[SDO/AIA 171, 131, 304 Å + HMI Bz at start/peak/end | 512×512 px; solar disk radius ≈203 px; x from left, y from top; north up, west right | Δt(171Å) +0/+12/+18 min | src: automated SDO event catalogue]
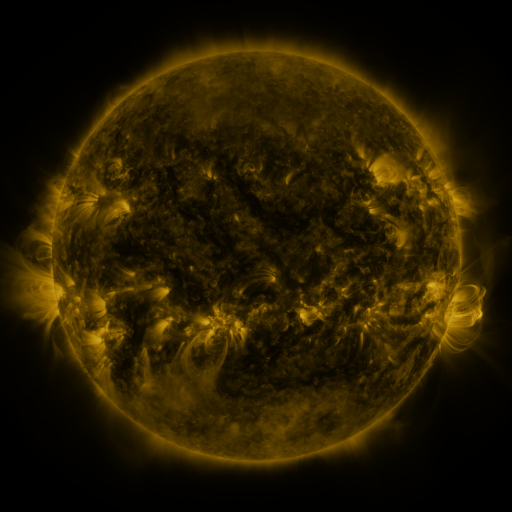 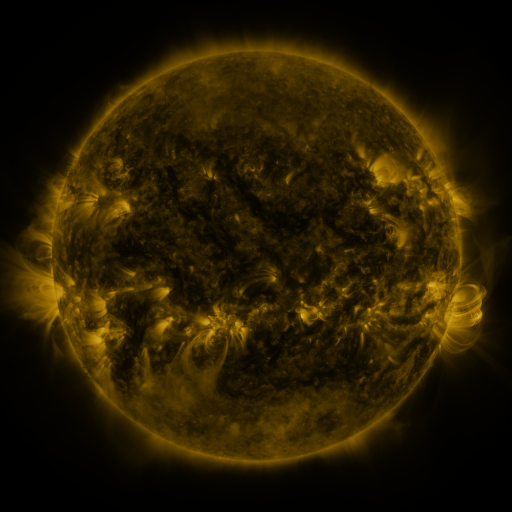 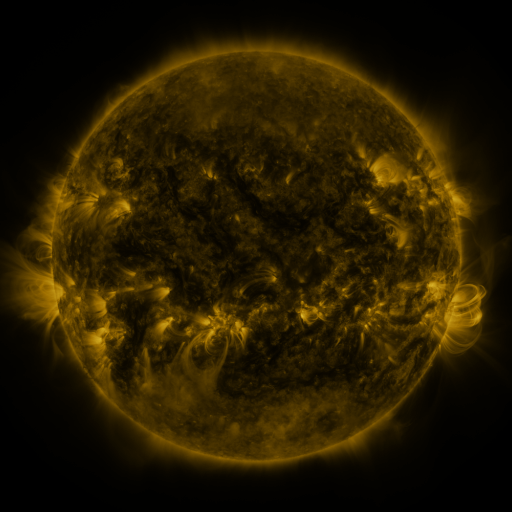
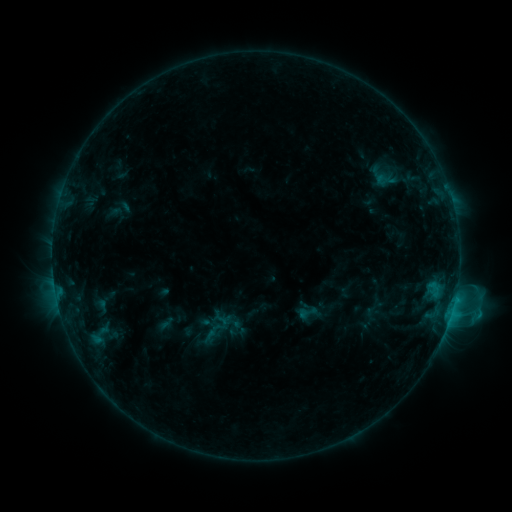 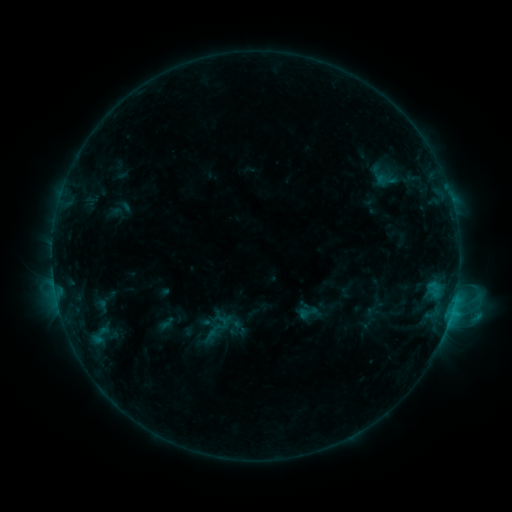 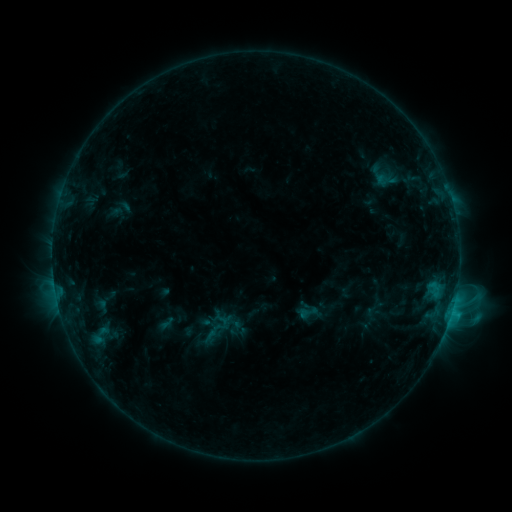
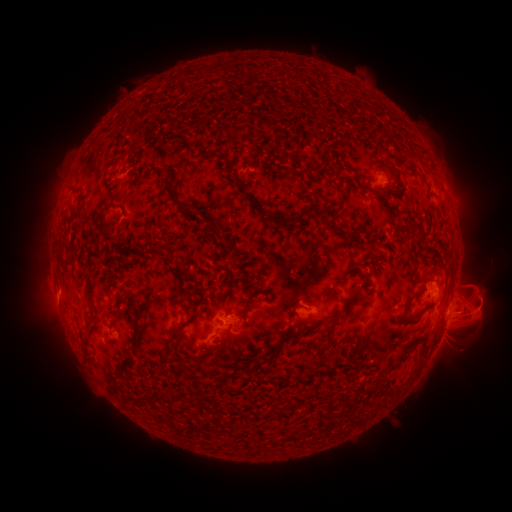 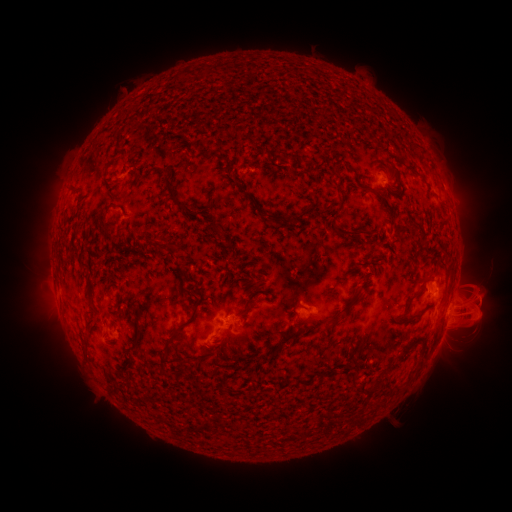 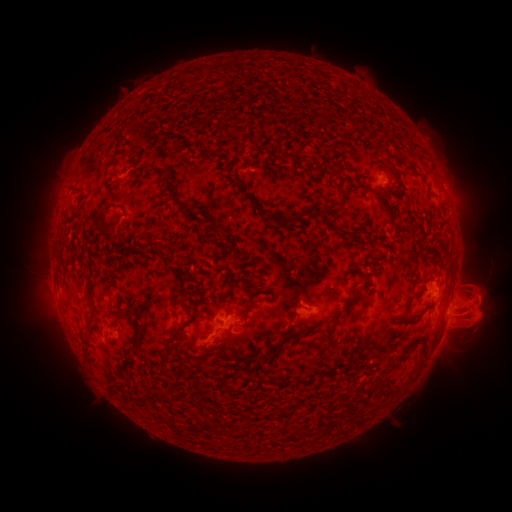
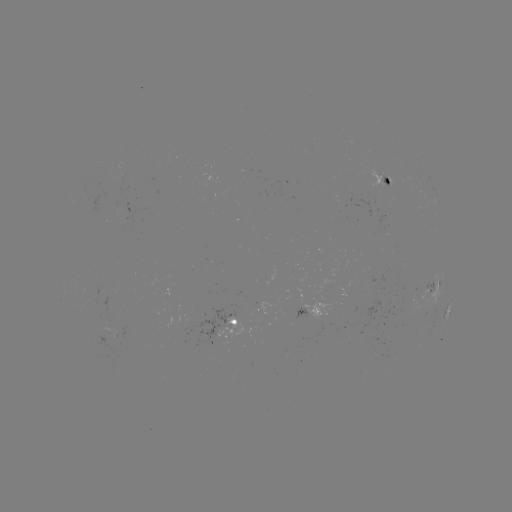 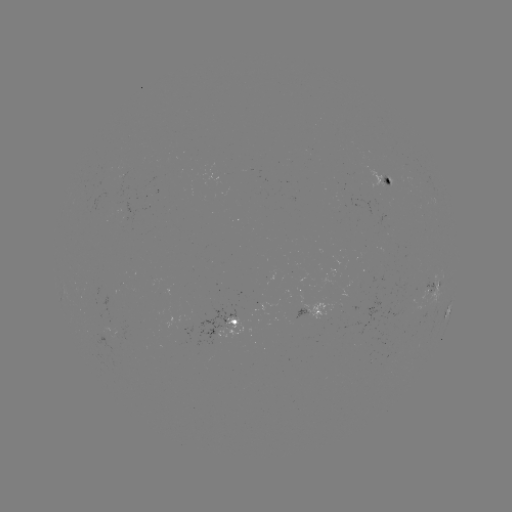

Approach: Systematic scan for eruption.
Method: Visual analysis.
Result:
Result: eruption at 476,310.